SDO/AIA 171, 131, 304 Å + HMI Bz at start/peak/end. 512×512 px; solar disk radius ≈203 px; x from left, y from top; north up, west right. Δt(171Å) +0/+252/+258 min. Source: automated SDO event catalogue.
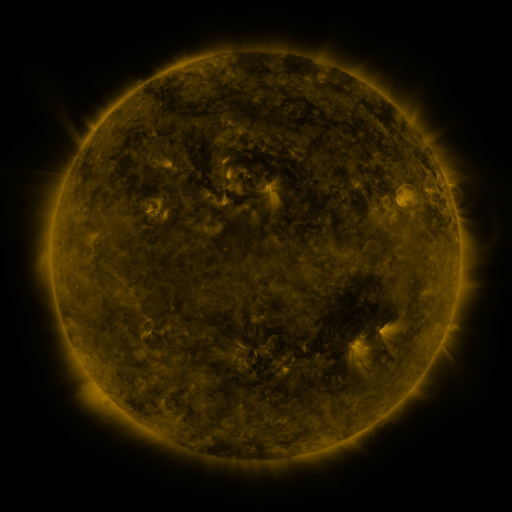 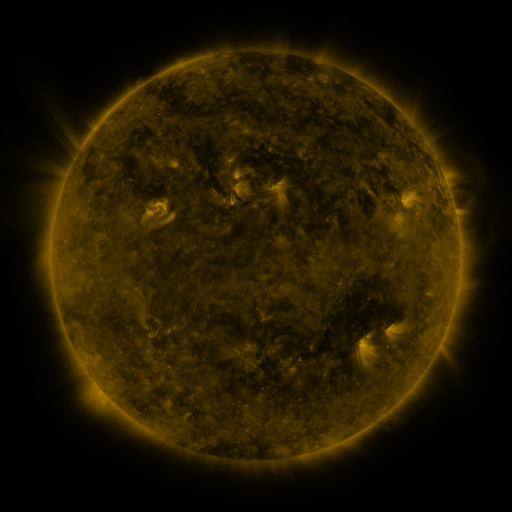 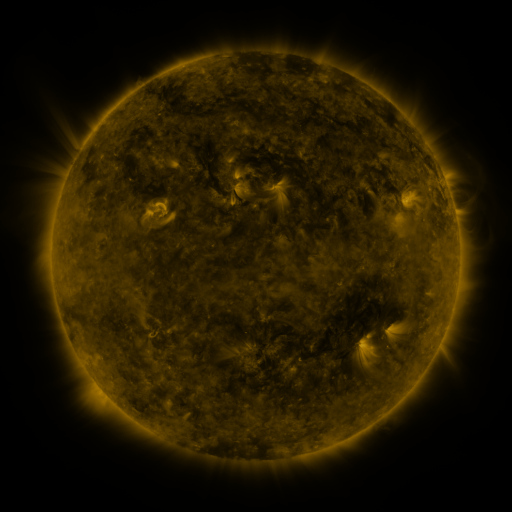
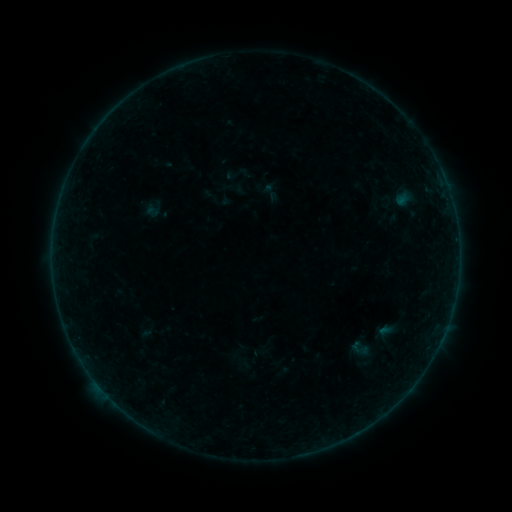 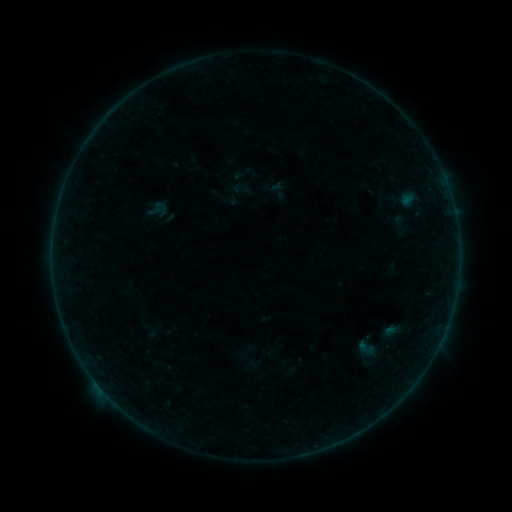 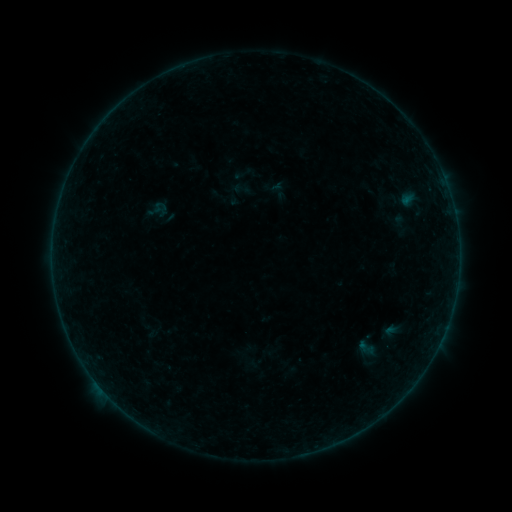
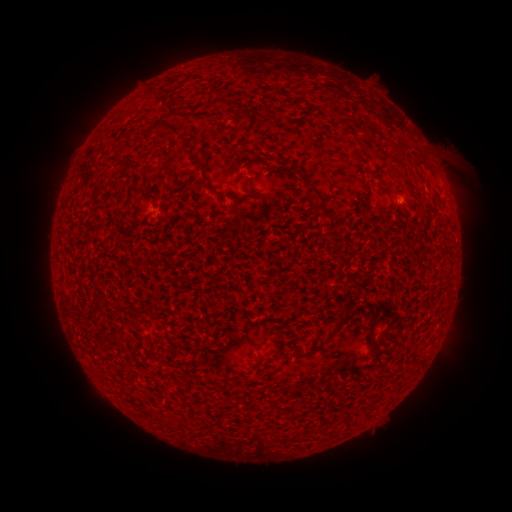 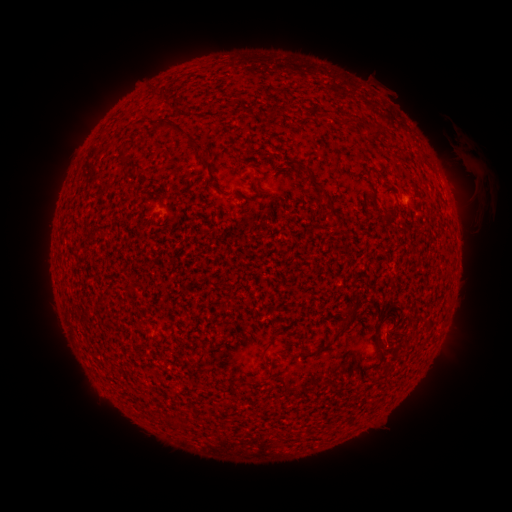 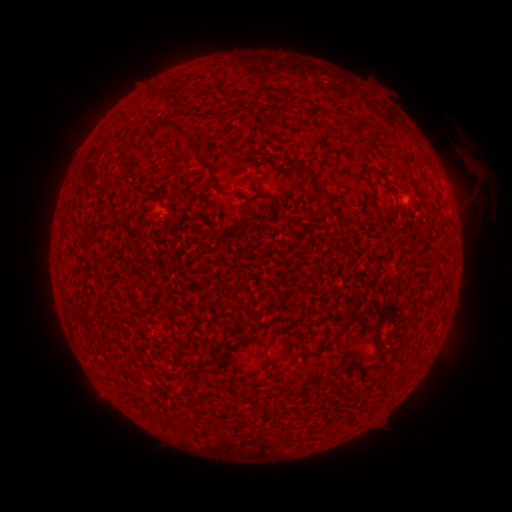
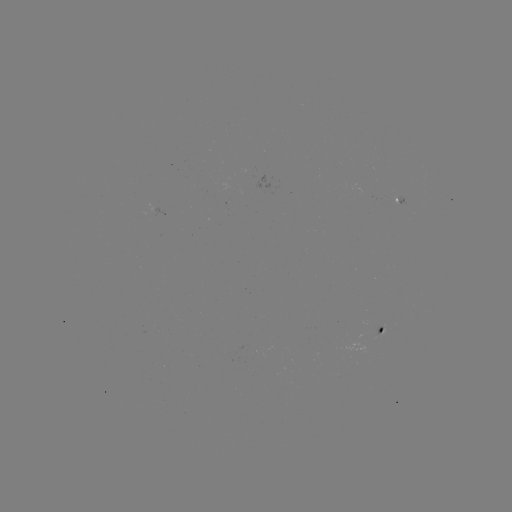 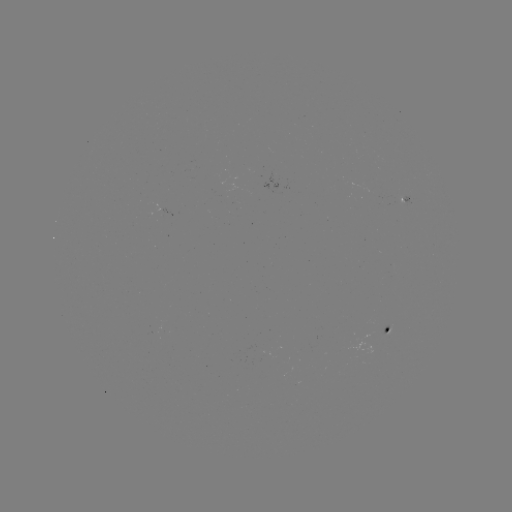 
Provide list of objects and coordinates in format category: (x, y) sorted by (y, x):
A6.4 flare: (96, 381)
